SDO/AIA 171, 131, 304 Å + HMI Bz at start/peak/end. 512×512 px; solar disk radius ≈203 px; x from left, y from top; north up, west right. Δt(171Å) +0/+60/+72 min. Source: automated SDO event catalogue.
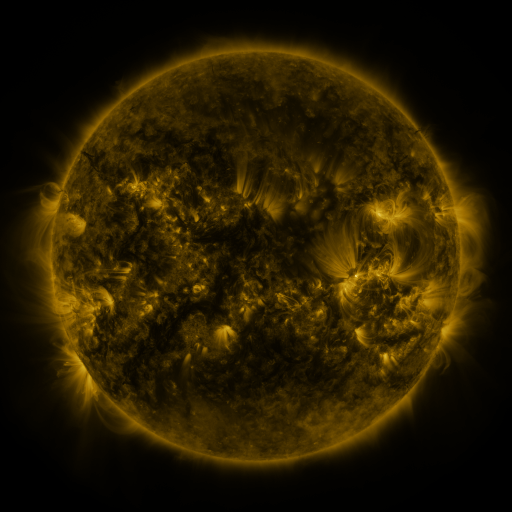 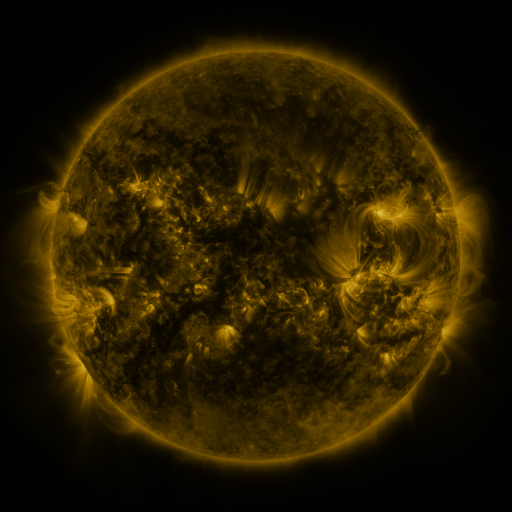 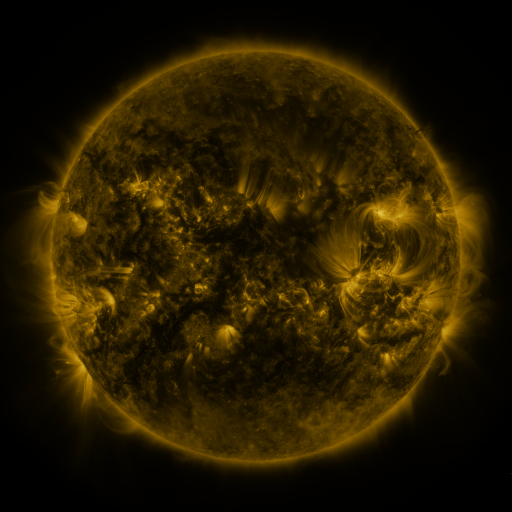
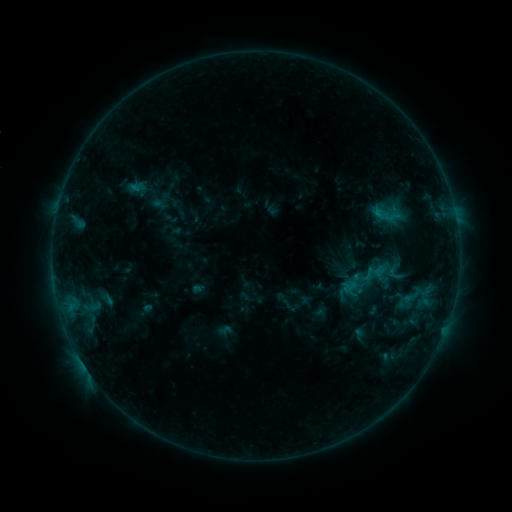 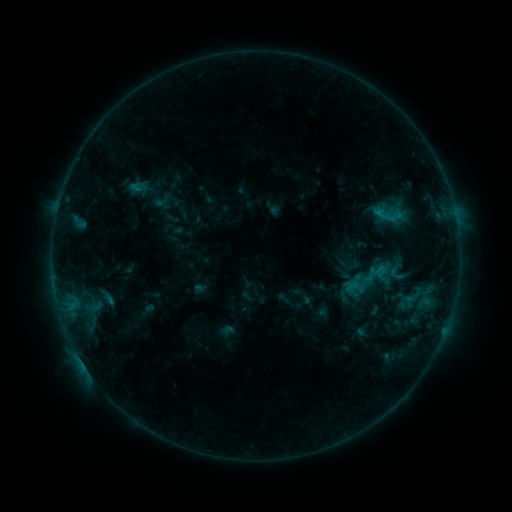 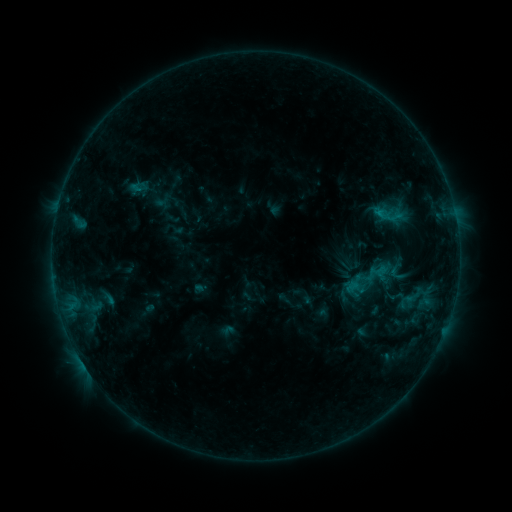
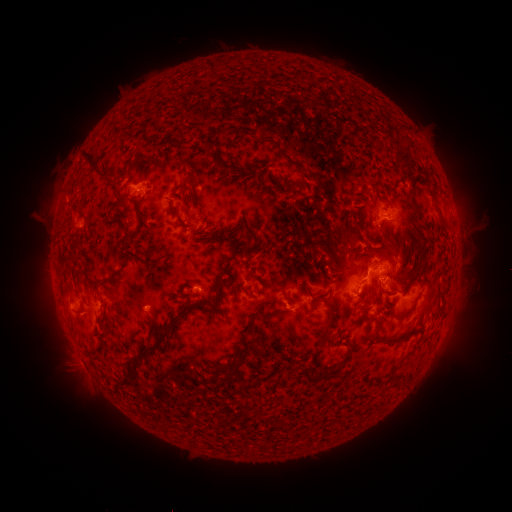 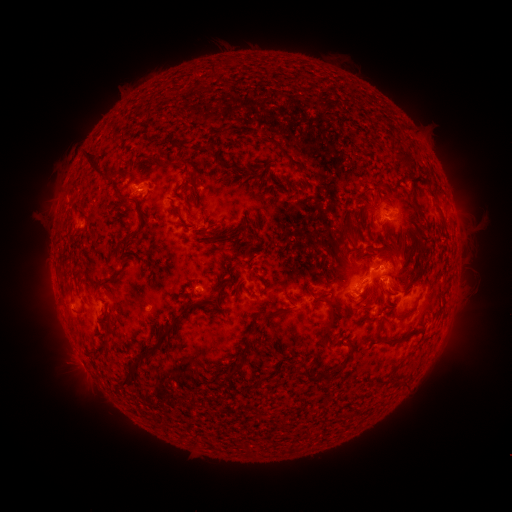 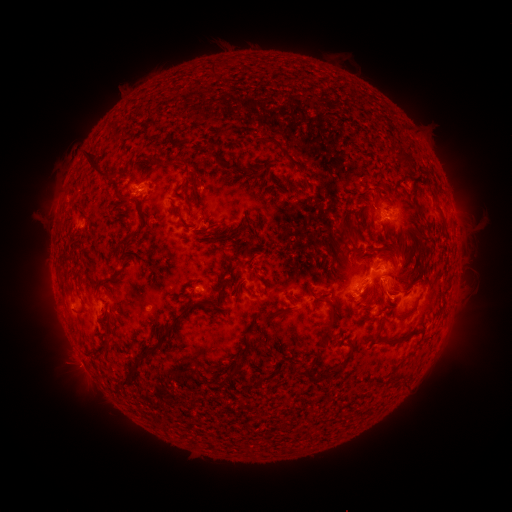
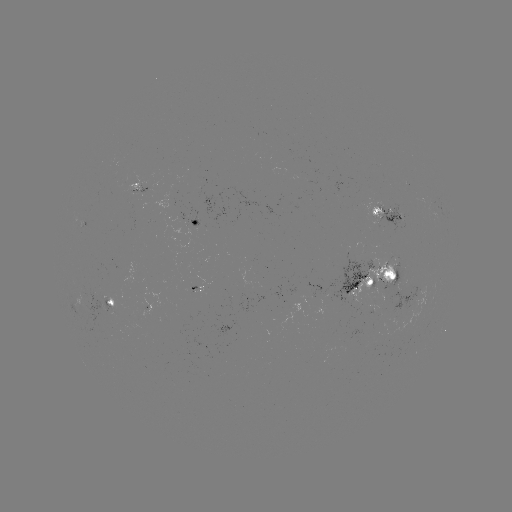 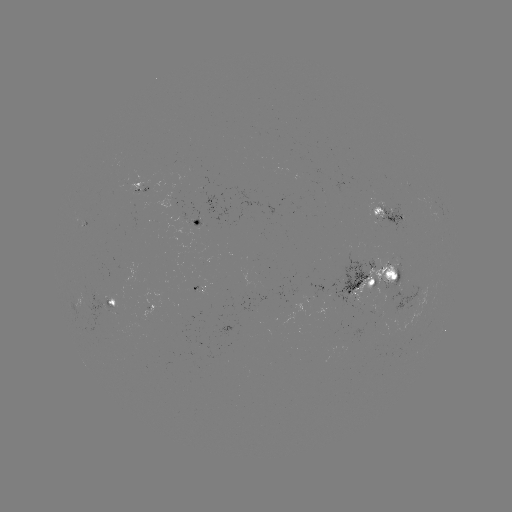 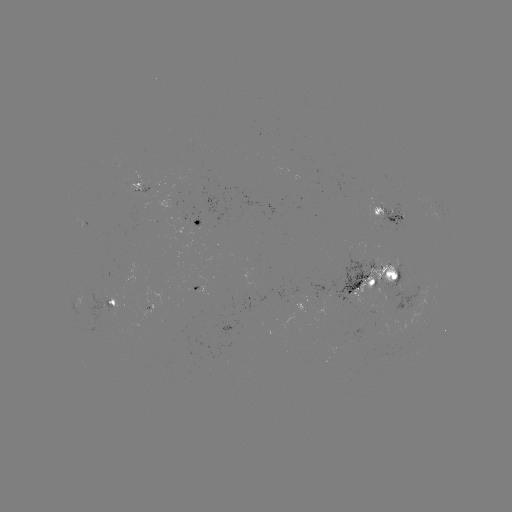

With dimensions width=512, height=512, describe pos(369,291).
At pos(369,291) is emerging-flux region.